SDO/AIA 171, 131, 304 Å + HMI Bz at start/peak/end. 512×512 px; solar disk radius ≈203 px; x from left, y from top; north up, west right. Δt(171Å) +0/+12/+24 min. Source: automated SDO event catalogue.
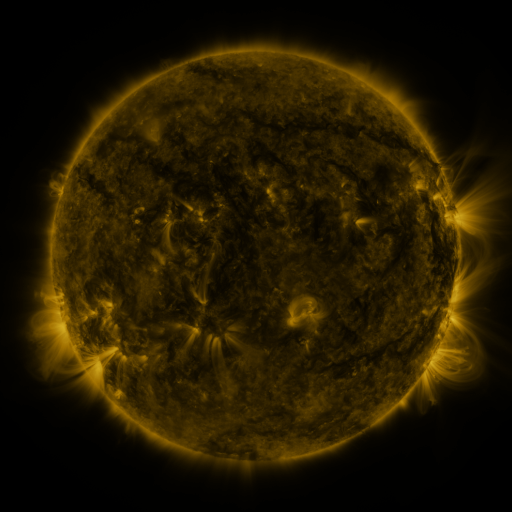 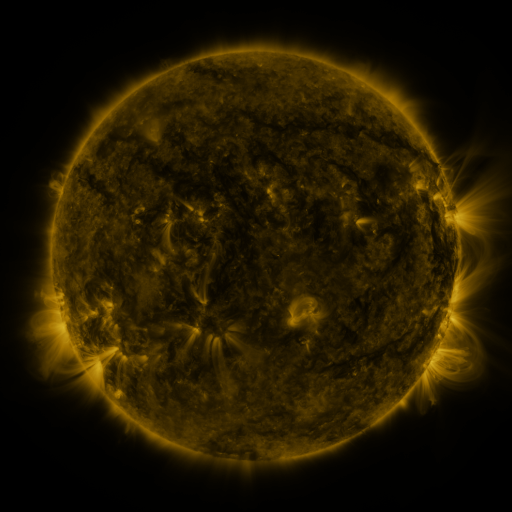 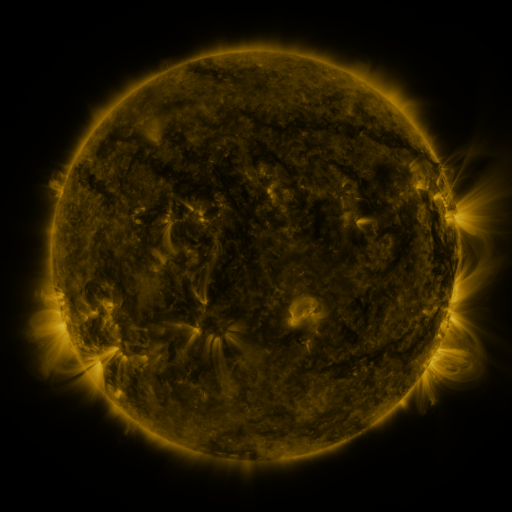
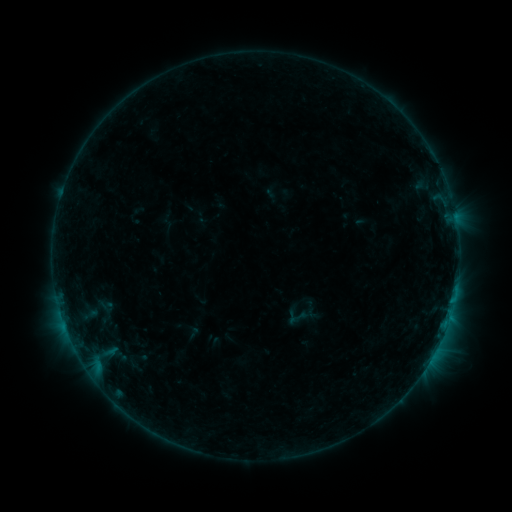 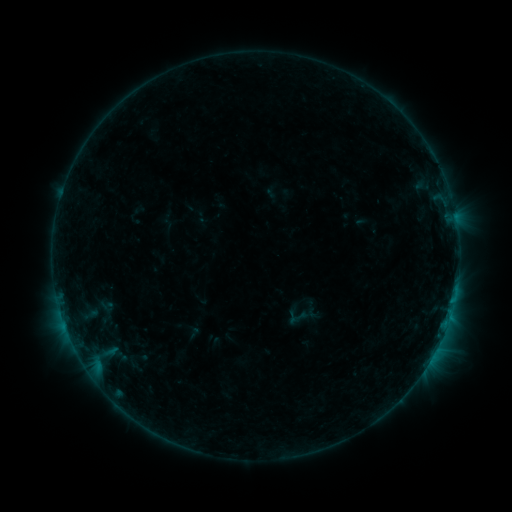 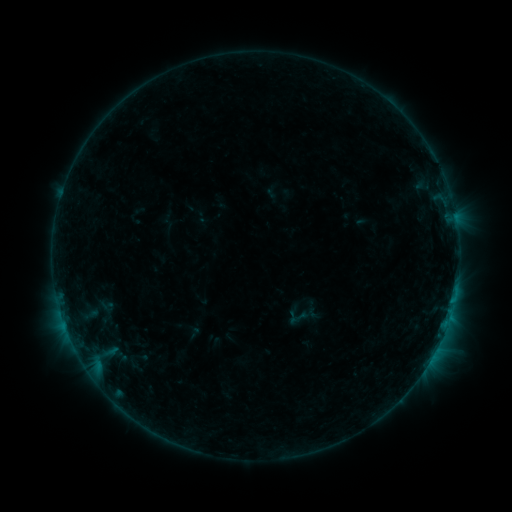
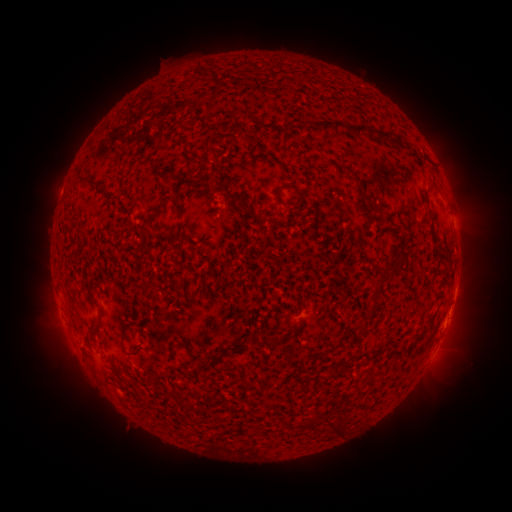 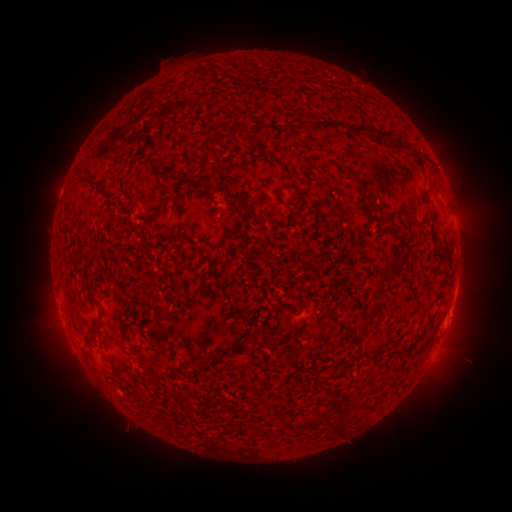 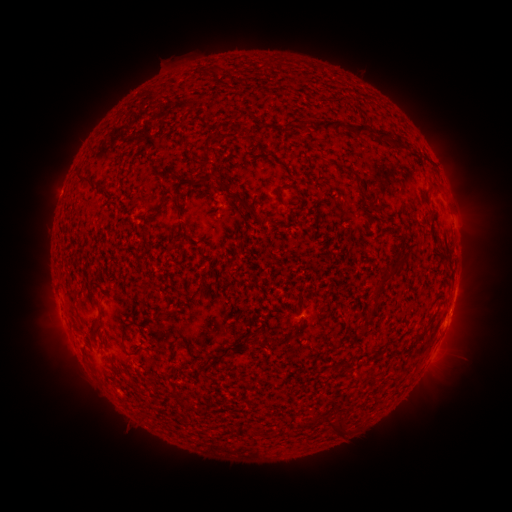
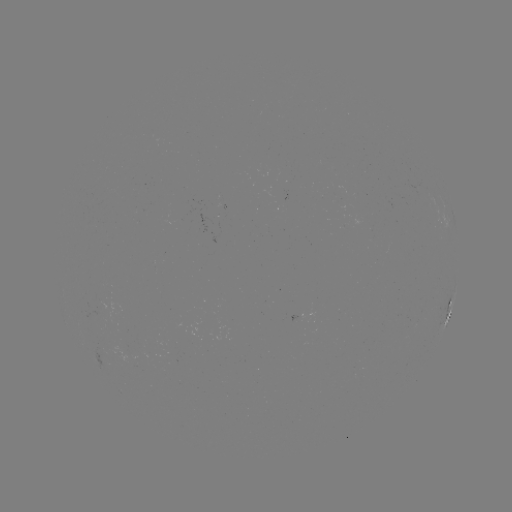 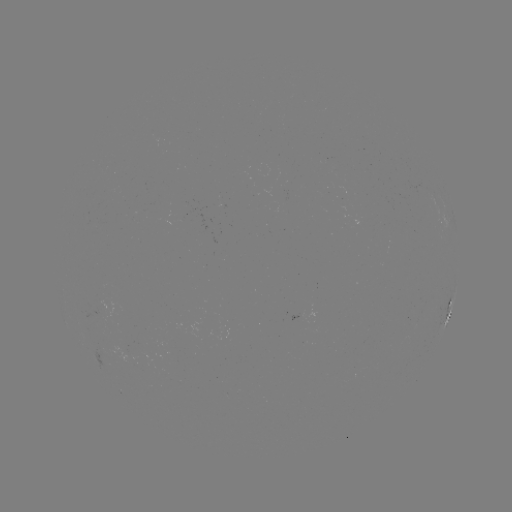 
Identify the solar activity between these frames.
nothing was catalogued: no classed flare, no EUV trigger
